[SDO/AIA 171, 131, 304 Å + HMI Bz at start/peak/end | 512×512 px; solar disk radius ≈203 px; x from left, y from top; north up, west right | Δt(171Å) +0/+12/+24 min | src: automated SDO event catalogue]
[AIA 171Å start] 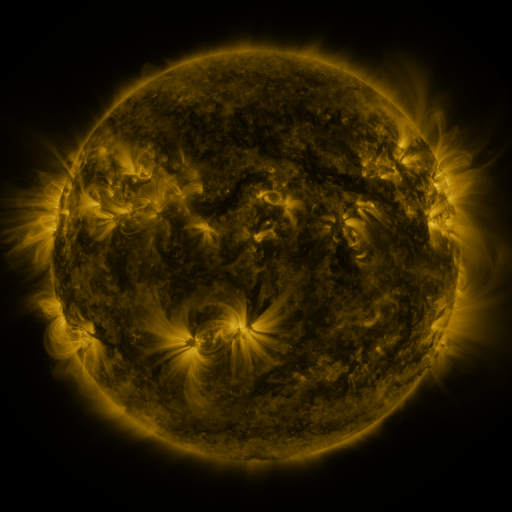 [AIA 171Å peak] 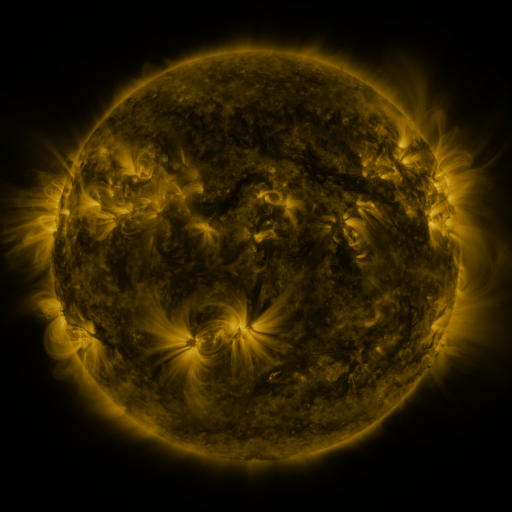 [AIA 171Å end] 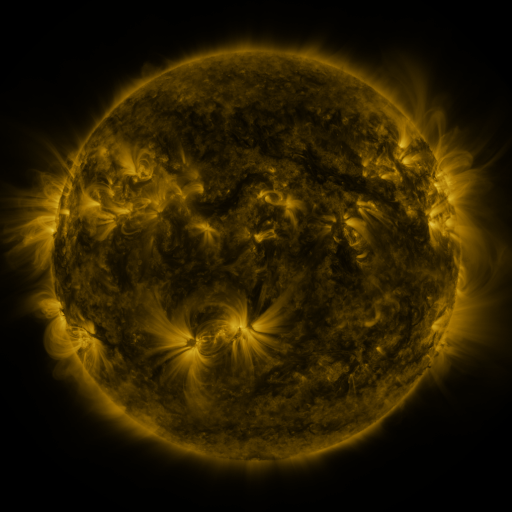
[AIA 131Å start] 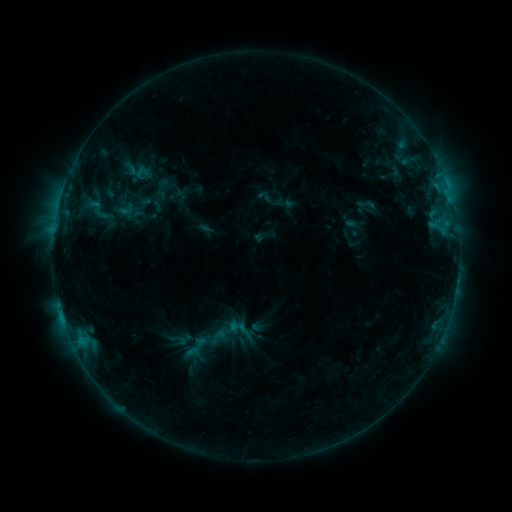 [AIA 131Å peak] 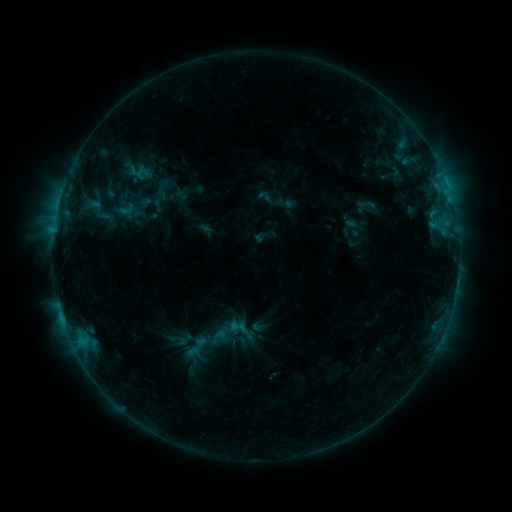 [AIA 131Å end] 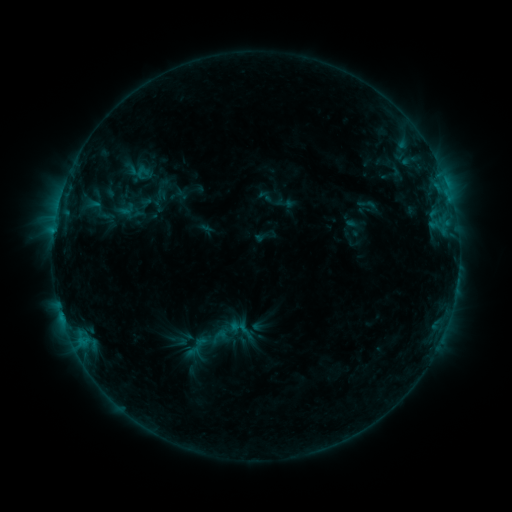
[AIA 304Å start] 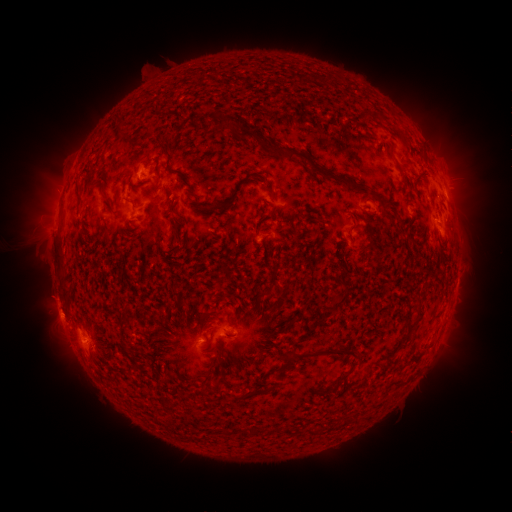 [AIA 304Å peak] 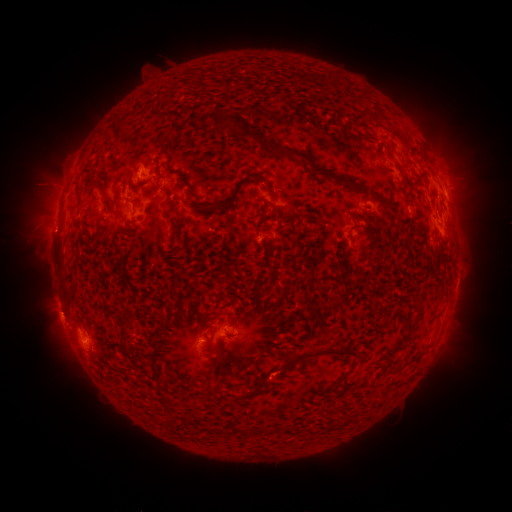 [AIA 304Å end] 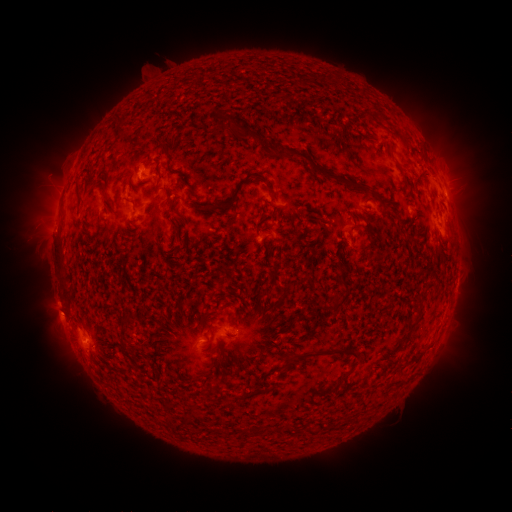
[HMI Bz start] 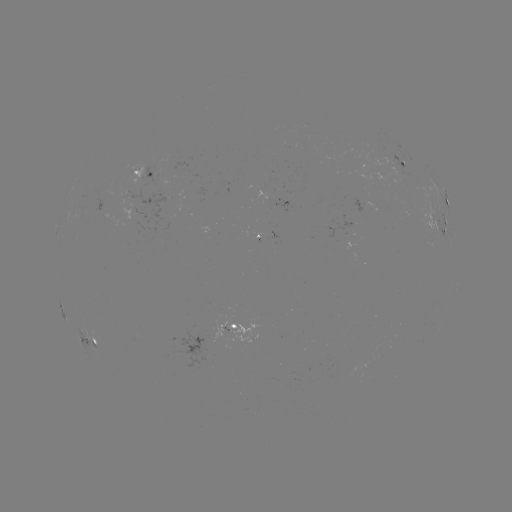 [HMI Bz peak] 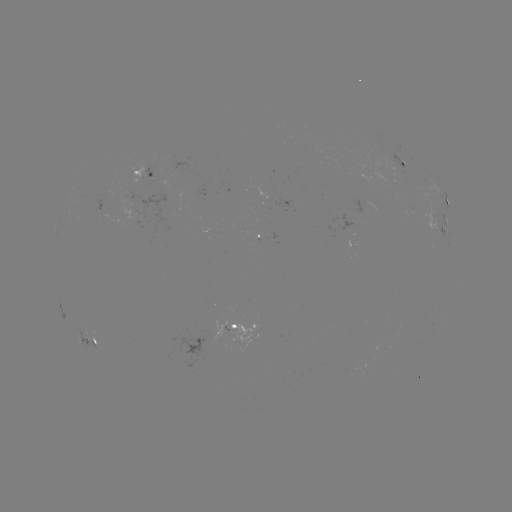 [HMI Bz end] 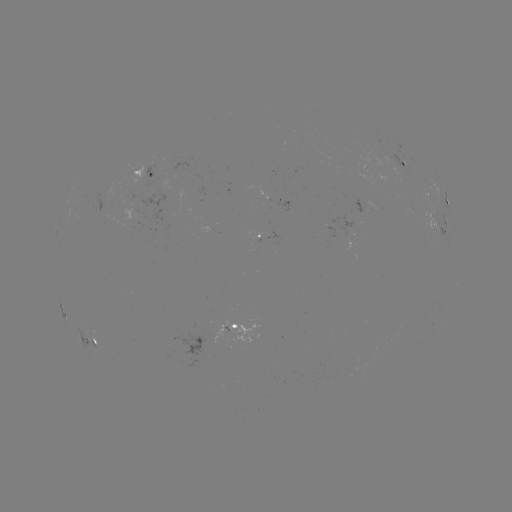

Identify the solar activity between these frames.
nothing was catalogued: no classed flare, no EUV trigger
